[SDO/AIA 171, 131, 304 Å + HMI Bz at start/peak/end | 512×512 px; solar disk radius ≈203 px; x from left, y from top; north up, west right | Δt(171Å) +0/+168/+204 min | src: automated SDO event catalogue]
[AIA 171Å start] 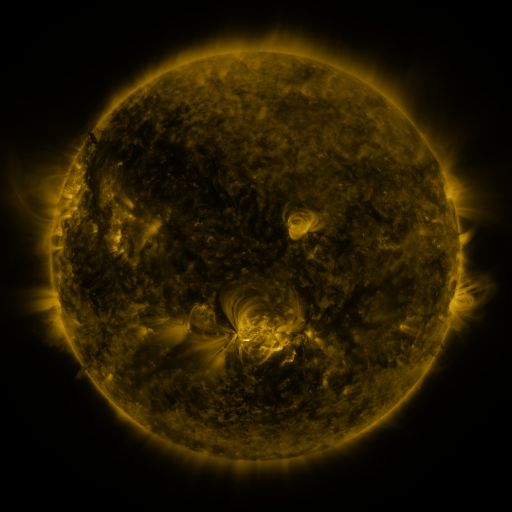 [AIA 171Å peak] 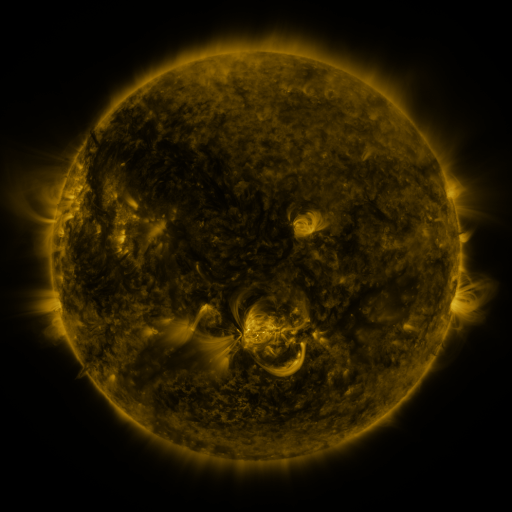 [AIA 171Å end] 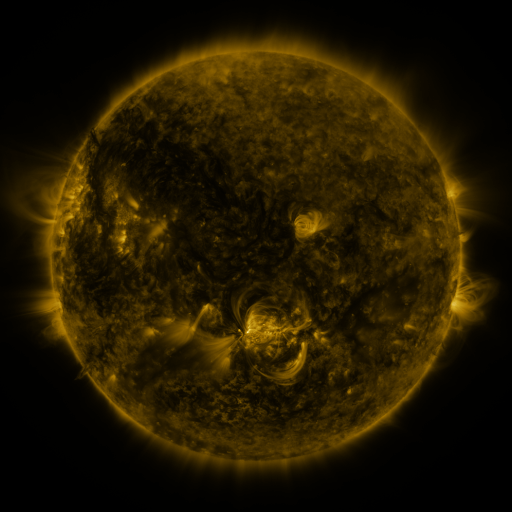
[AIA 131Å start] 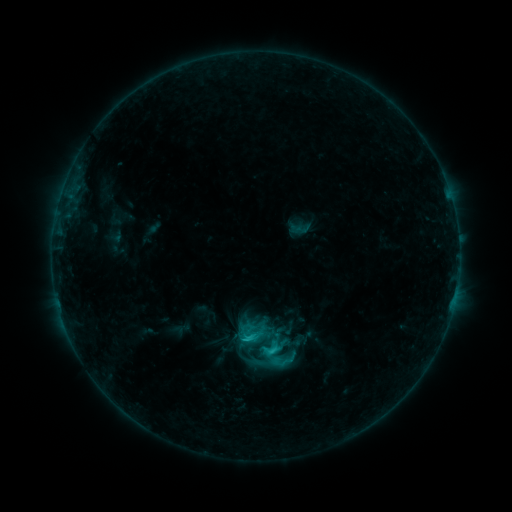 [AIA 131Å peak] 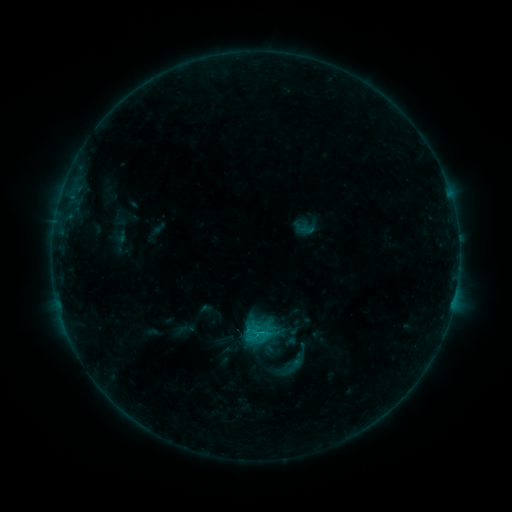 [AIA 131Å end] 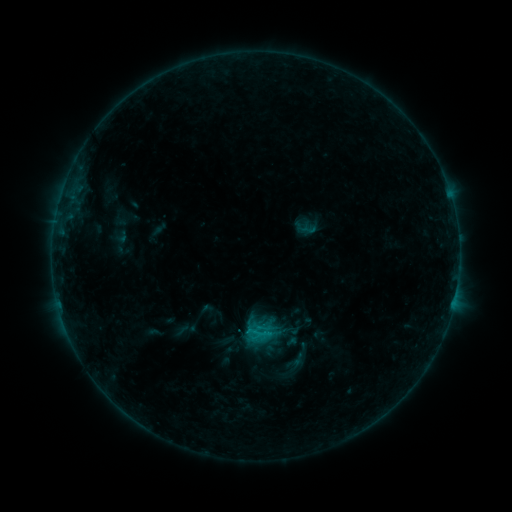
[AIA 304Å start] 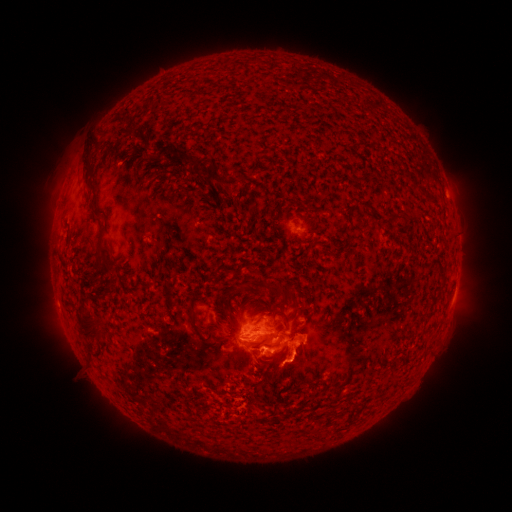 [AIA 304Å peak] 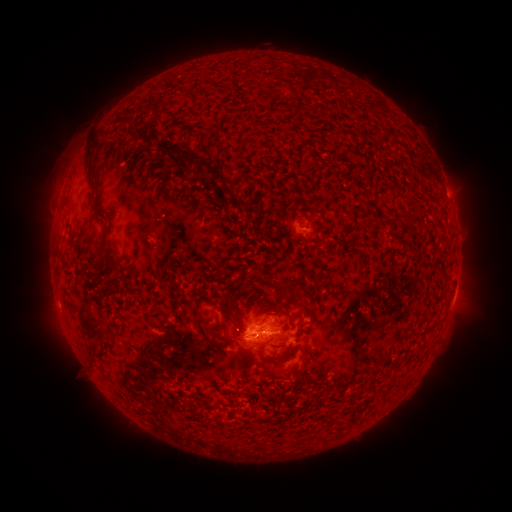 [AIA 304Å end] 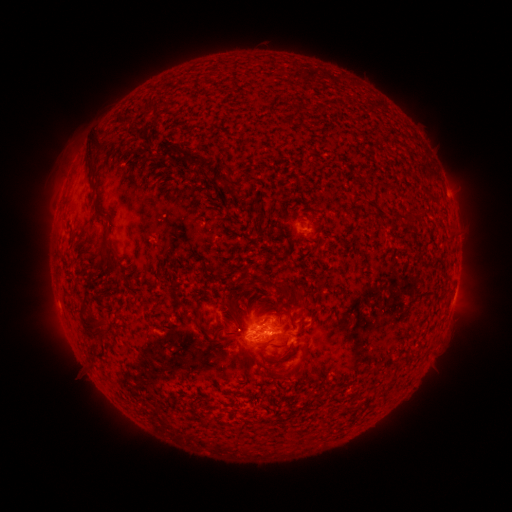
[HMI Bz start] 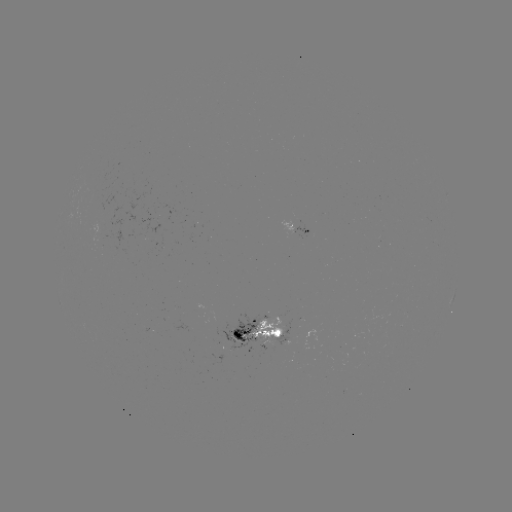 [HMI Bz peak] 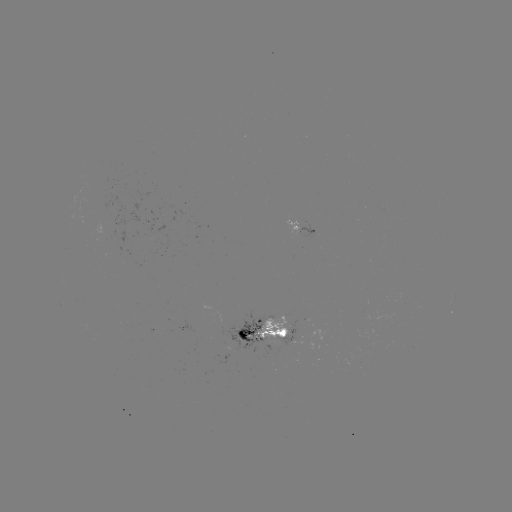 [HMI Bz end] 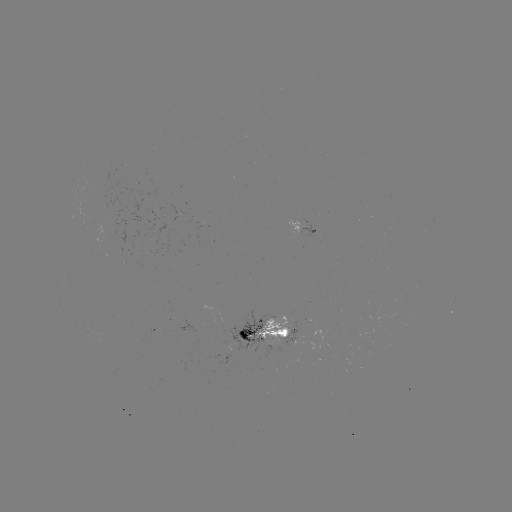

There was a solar emerging-flux region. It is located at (277, 339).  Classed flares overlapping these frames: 1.